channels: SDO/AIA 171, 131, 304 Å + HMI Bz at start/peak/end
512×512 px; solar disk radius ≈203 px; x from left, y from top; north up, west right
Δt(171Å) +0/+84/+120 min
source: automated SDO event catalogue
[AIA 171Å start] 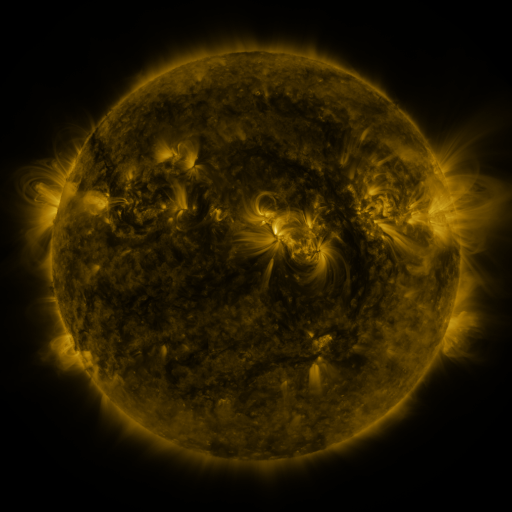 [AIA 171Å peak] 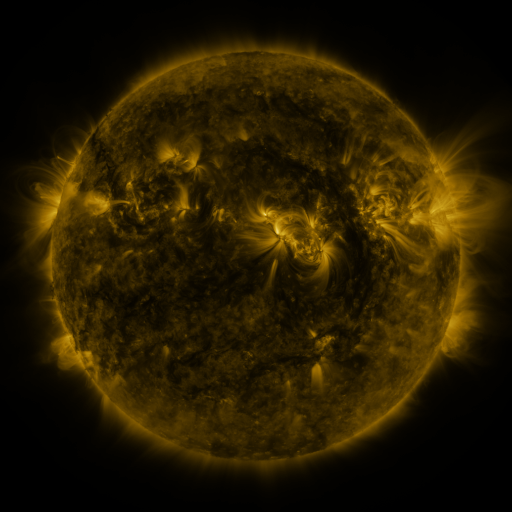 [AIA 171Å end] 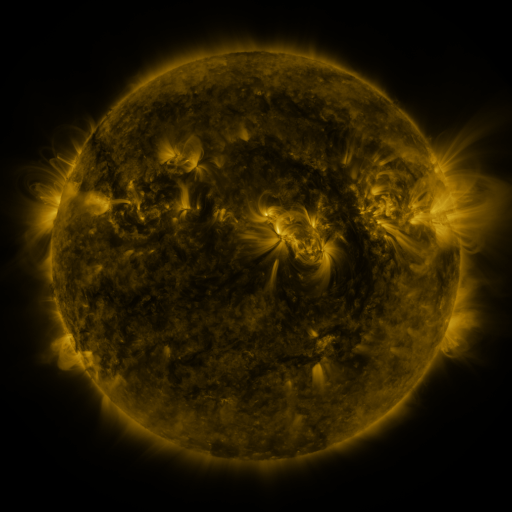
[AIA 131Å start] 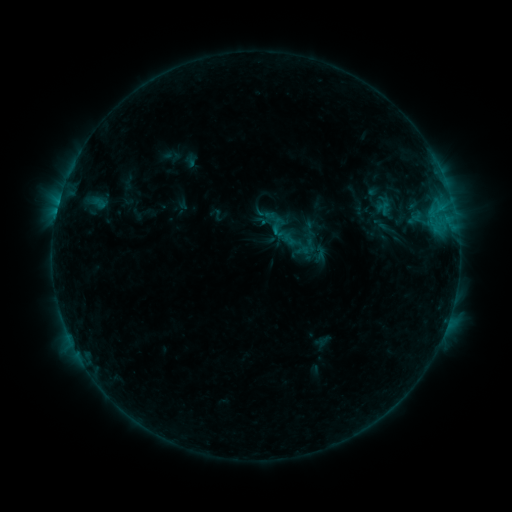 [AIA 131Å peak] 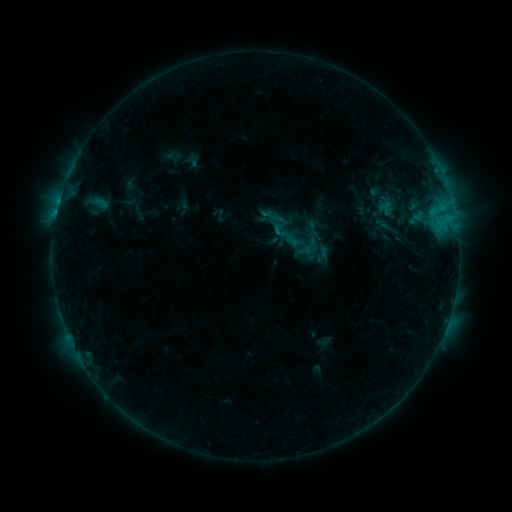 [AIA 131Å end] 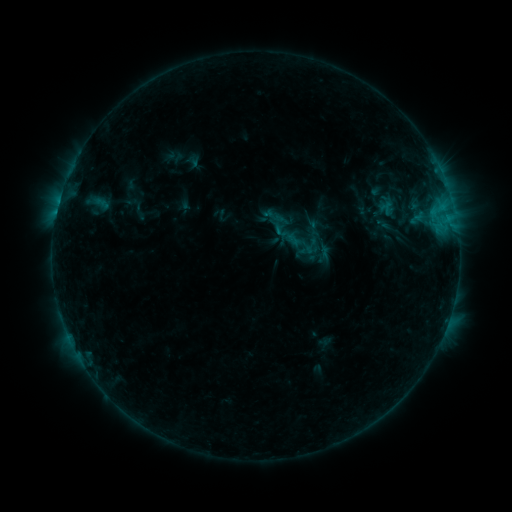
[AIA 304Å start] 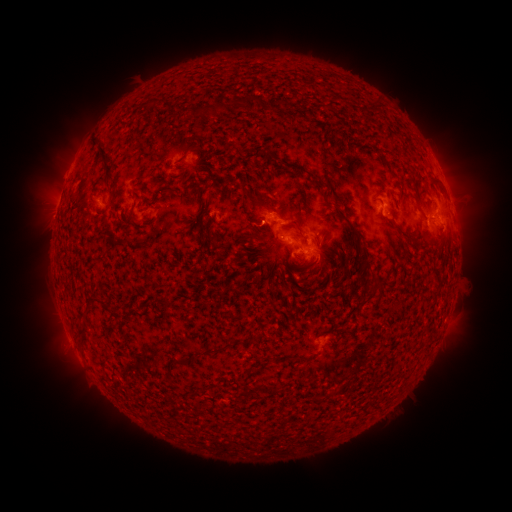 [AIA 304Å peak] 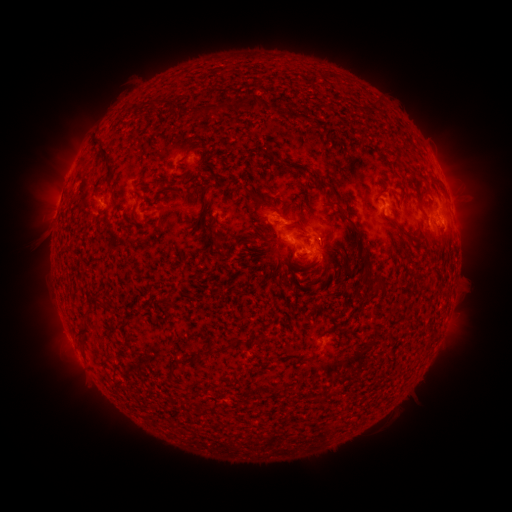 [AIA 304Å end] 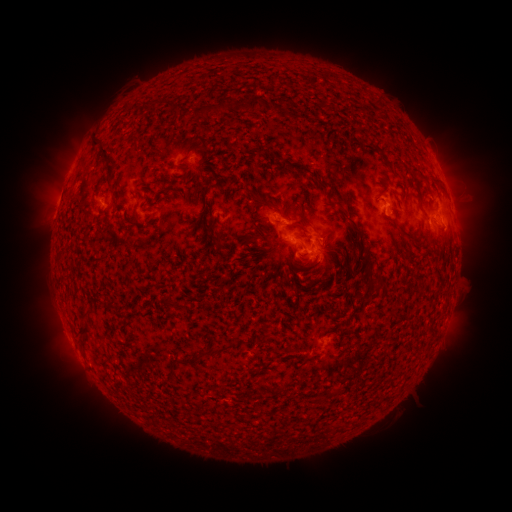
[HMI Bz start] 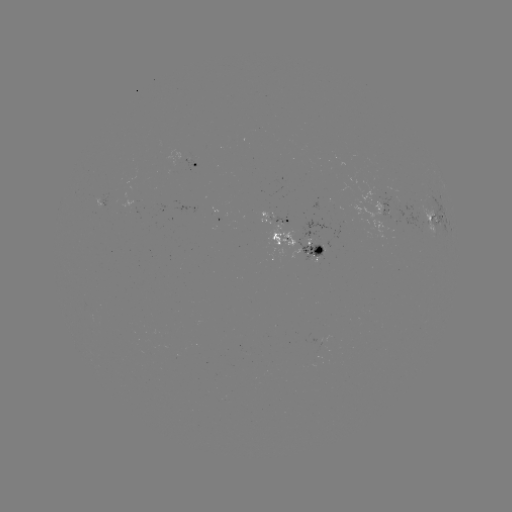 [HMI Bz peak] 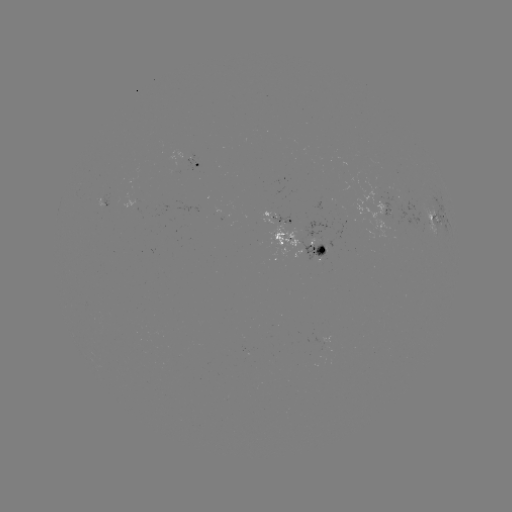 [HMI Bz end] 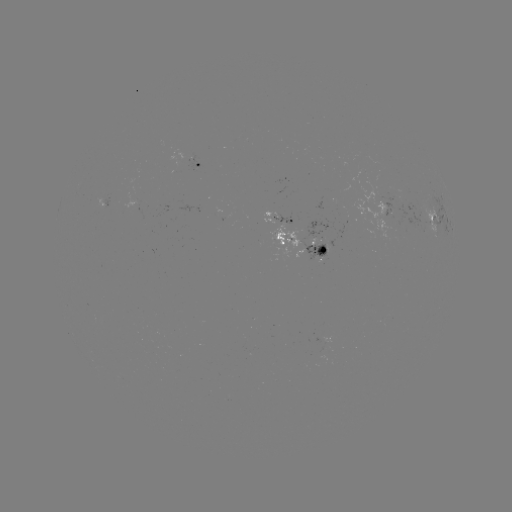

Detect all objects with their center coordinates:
emerging-flux region: (358, 220)
